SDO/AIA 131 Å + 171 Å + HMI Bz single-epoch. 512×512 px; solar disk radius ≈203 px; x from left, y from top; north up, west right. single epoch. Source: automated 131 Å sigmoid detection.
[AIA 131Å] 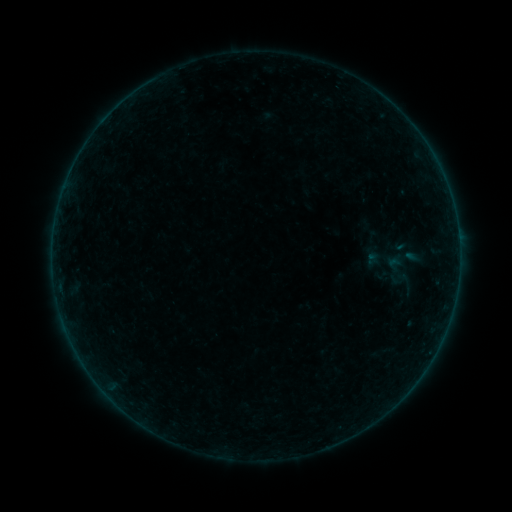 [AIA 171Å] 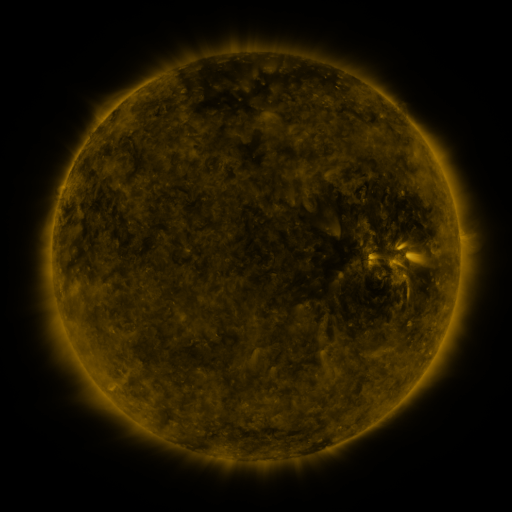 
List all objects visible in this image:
sigmoid: (403, 282)
